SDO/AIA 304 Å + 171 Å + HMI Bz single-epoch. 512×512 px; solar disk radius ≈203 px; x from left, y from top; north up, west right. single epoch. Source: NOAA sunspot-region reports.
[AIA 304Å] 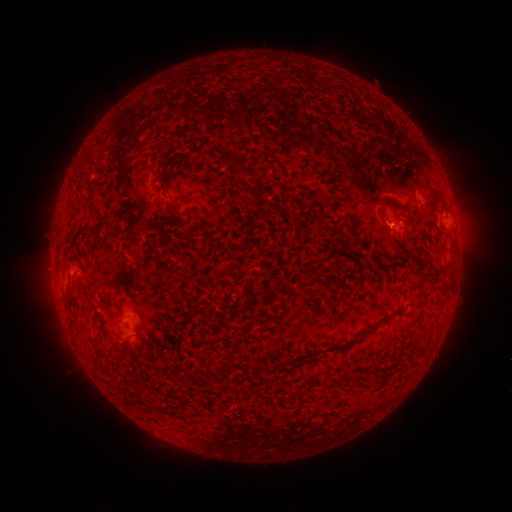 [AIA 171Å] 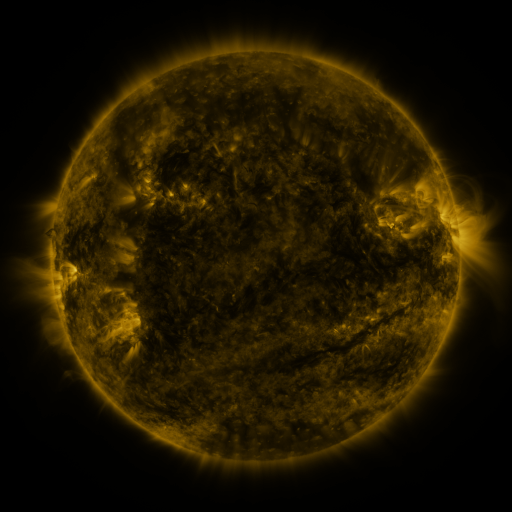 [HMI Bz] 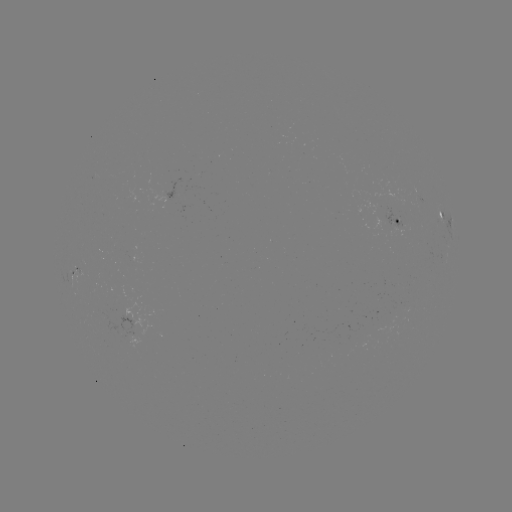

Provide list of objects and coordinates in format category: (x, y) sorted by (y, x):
spotted active region: (402, 220)
spotted active region: (448, 220)
